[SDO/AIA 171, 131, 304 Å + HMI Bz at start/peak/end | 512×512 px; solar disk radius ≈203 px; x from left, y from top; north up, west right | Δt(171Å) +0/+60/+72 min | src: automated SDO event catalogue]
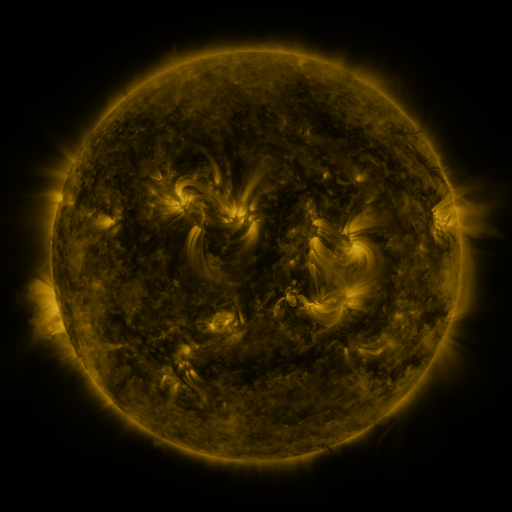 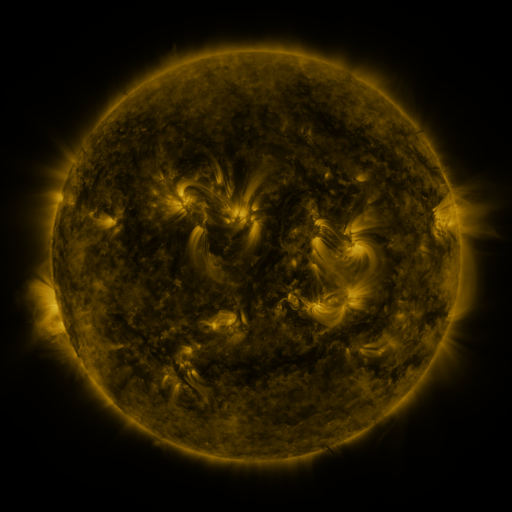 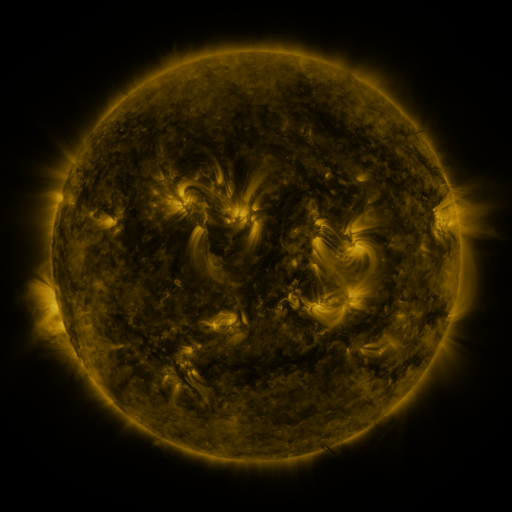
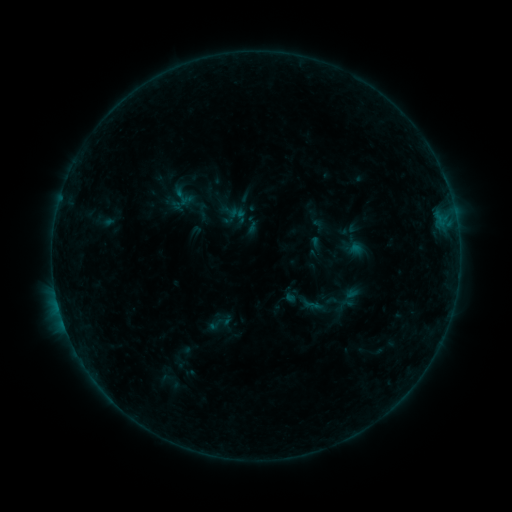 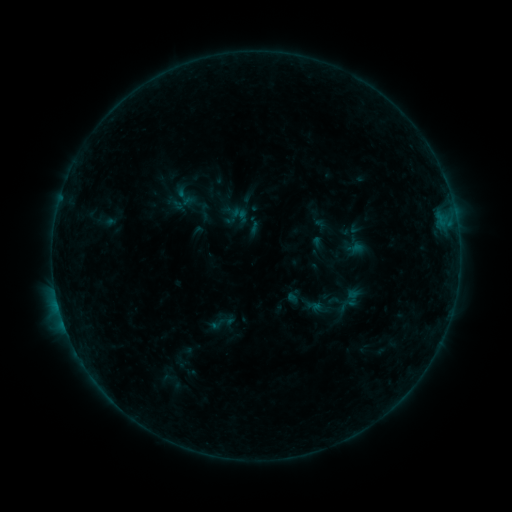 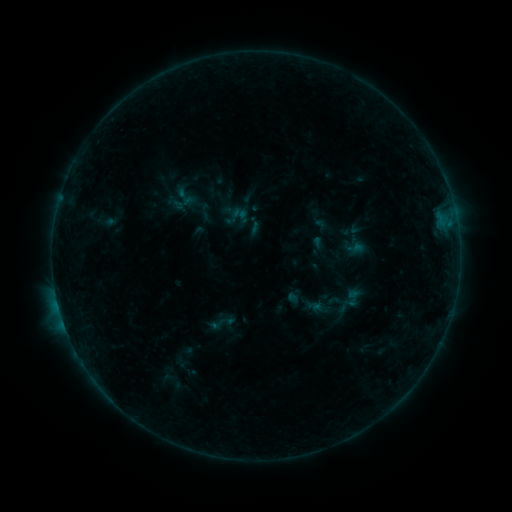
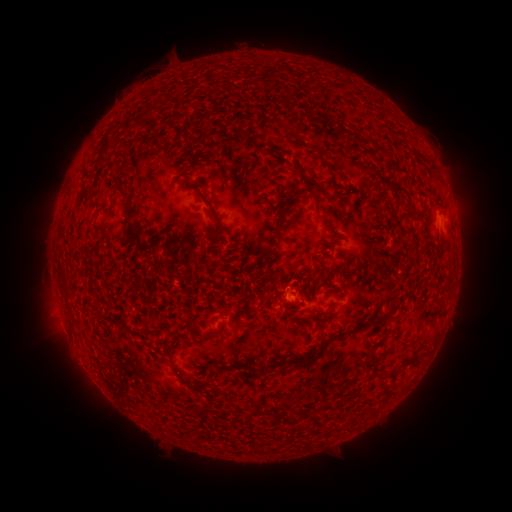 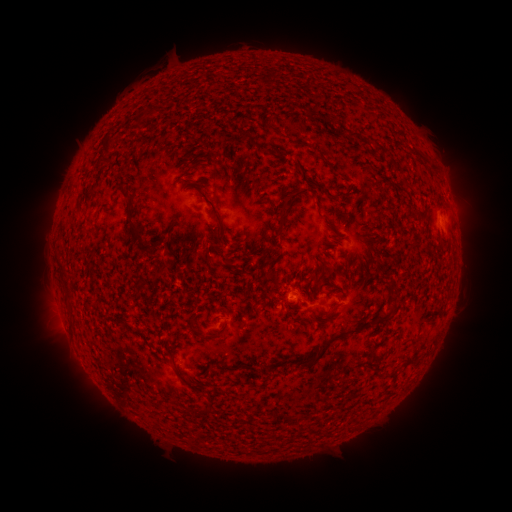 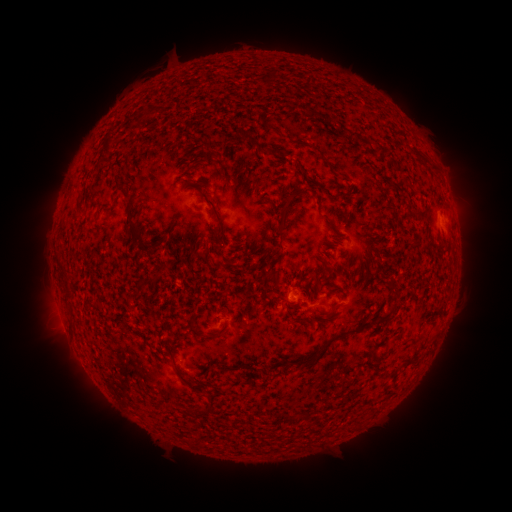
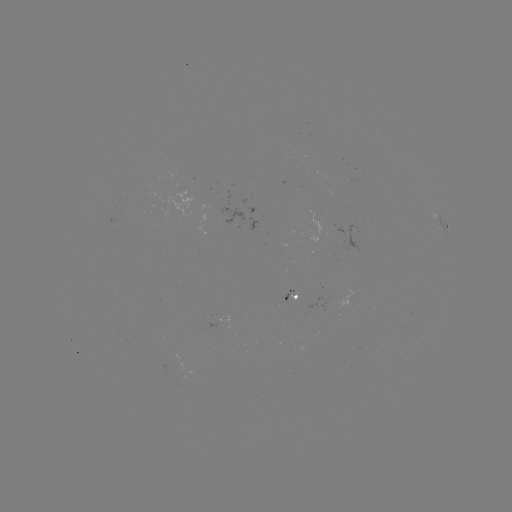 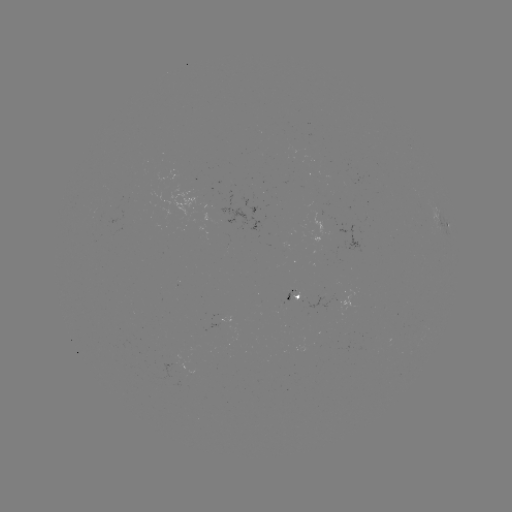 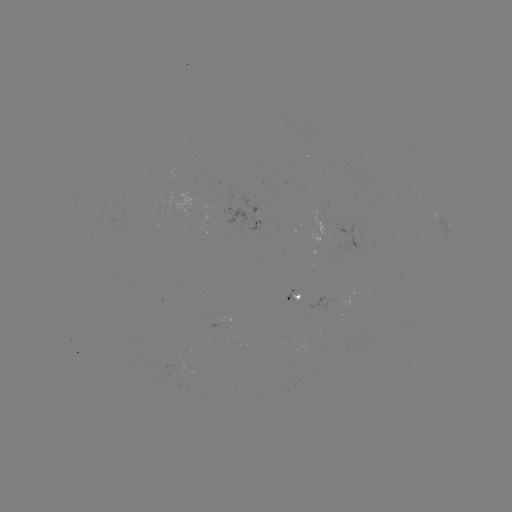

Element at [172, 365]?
emerging-flux region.